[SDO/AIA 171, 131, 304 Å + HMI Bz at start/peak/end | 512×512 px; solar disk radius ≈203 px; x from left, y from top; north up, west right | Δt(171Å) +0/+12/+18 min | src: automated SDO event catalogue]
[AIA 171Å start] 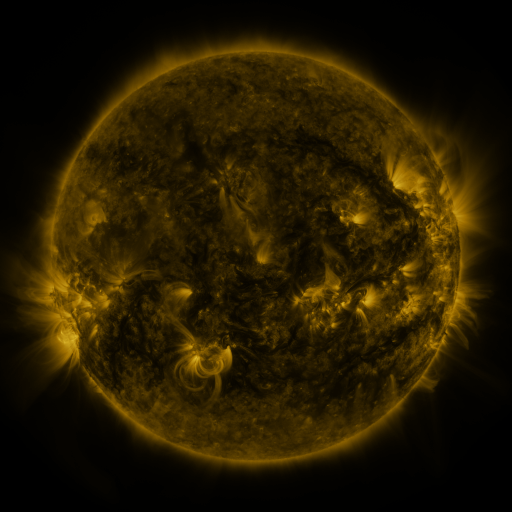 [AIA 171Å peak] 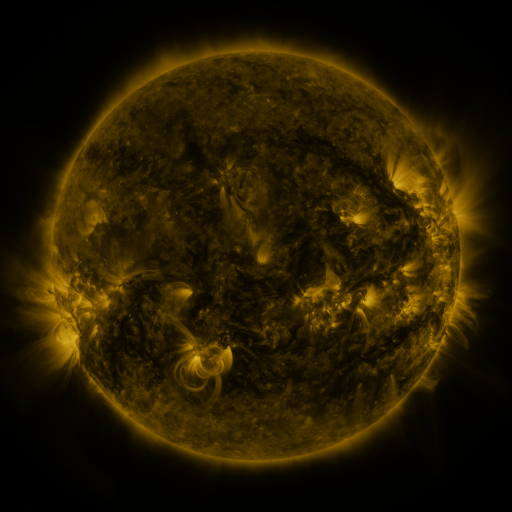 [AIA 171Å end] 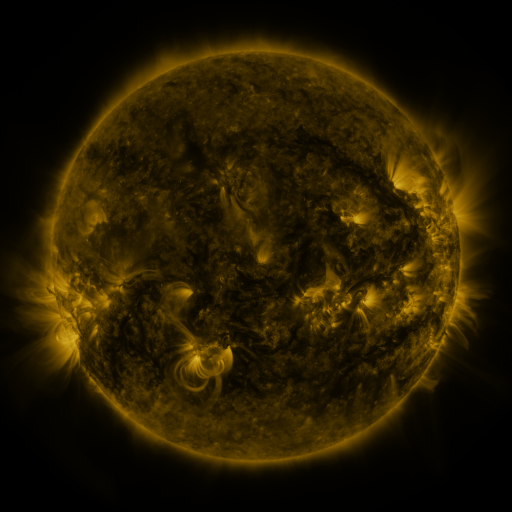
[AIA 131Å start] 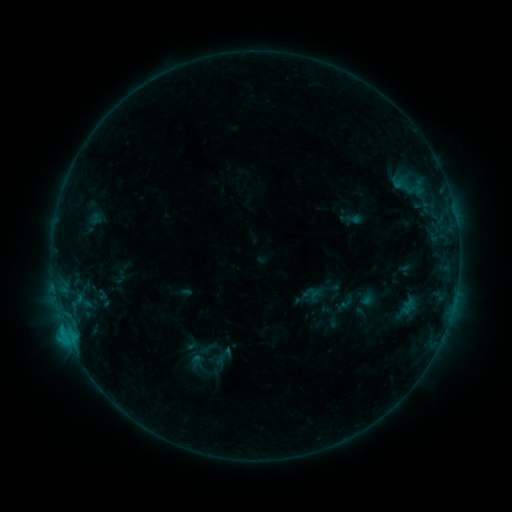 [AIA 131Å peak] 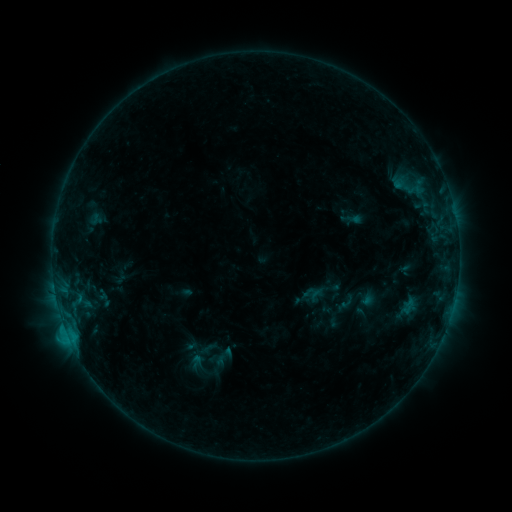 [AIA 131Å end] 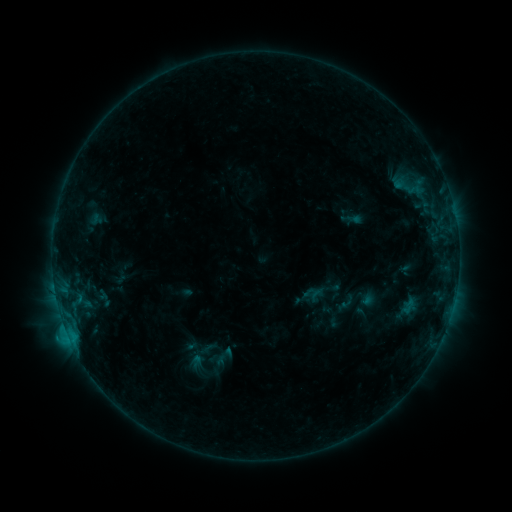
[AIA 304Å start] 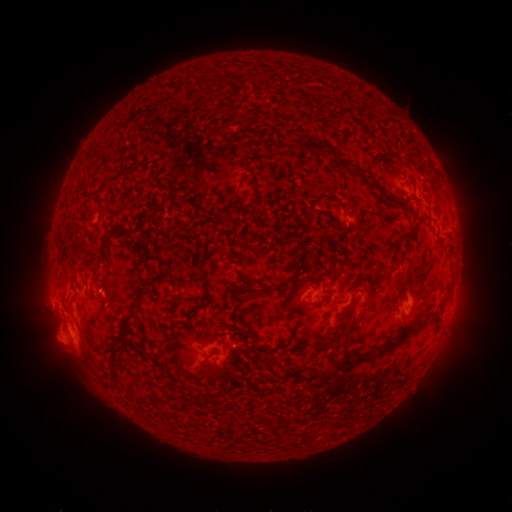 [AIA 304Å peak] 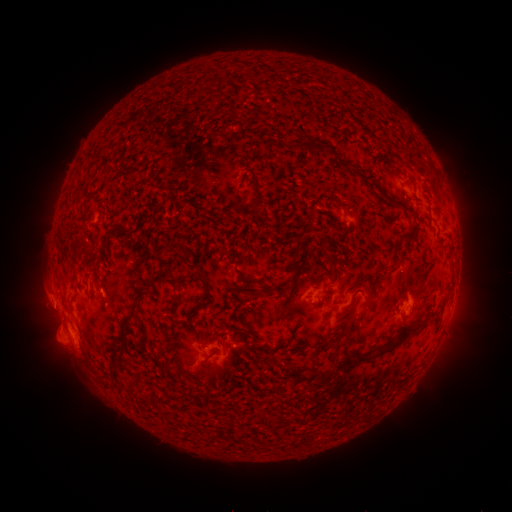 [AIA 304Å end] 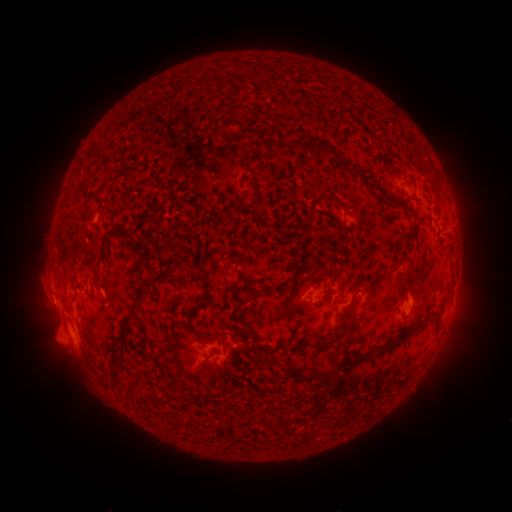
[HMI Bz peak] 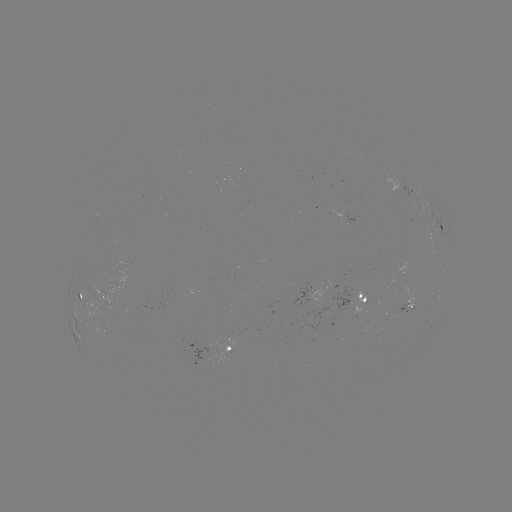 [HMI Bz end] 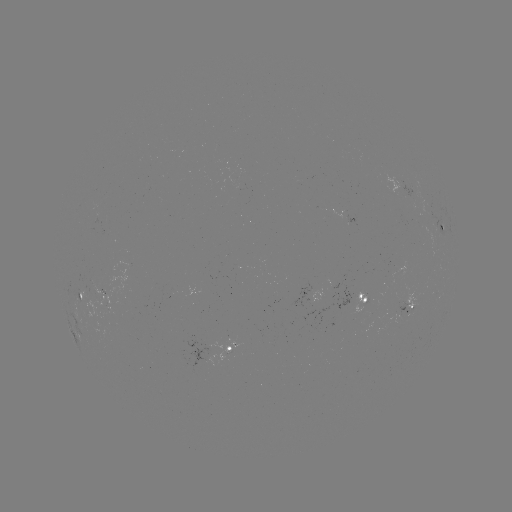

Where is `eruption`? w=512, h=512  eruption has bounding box [25, 273, 70, 327].